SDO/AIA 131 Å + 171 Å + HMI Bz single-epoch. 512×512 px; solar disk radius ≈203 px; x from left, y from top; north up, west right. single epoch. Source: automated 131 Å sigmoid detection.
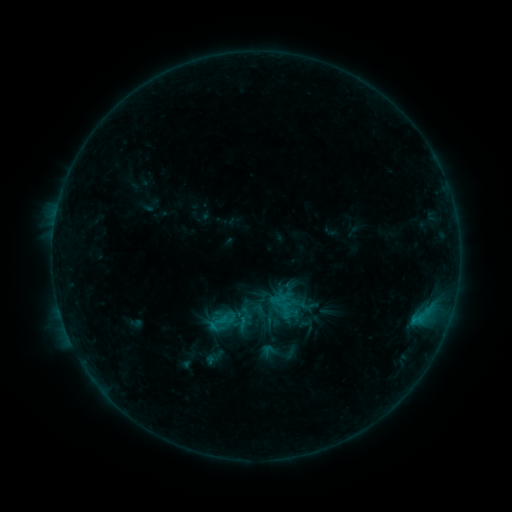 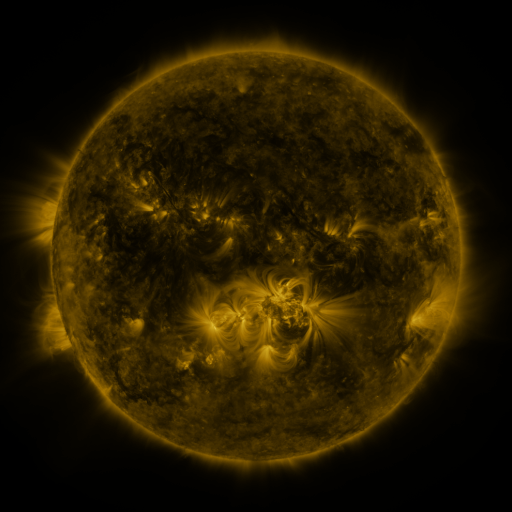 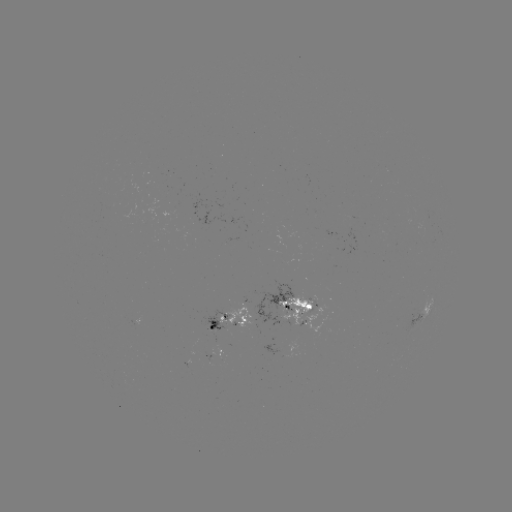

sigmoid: (204, 311, 232, 336)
